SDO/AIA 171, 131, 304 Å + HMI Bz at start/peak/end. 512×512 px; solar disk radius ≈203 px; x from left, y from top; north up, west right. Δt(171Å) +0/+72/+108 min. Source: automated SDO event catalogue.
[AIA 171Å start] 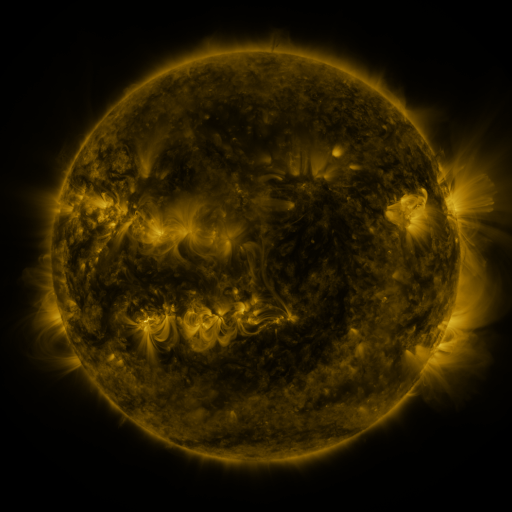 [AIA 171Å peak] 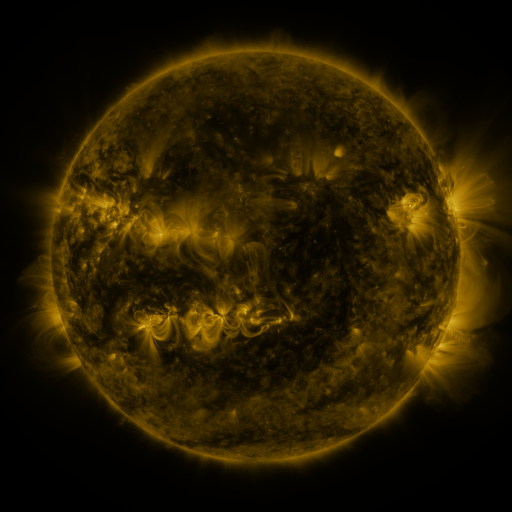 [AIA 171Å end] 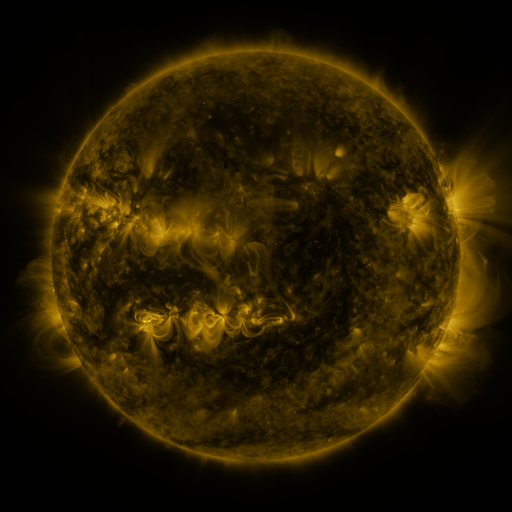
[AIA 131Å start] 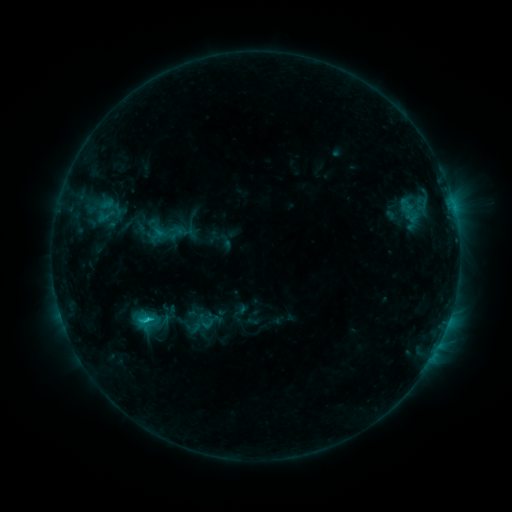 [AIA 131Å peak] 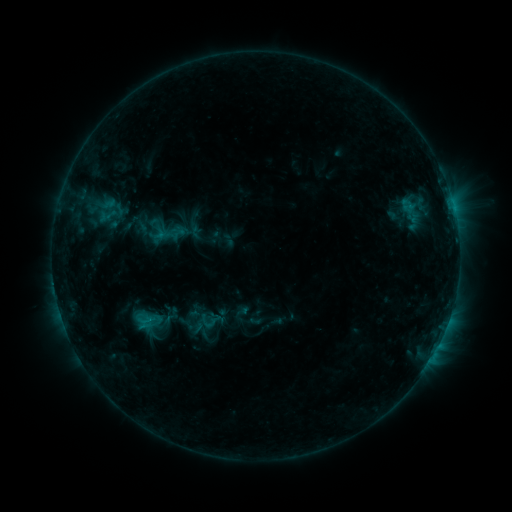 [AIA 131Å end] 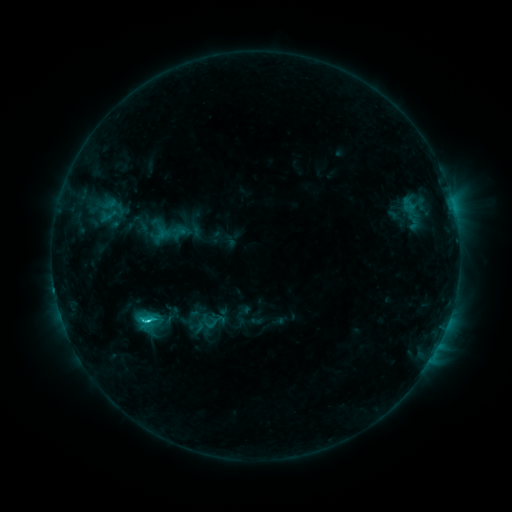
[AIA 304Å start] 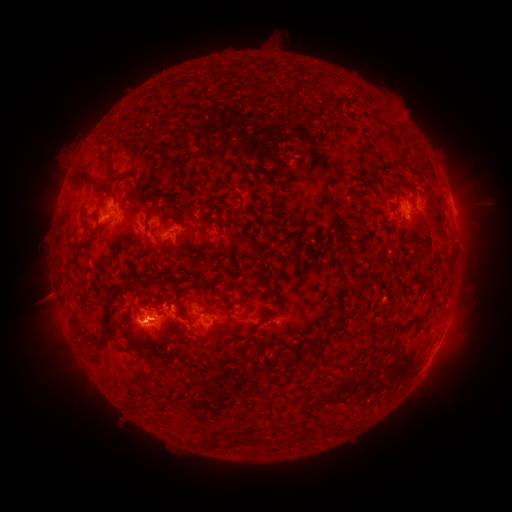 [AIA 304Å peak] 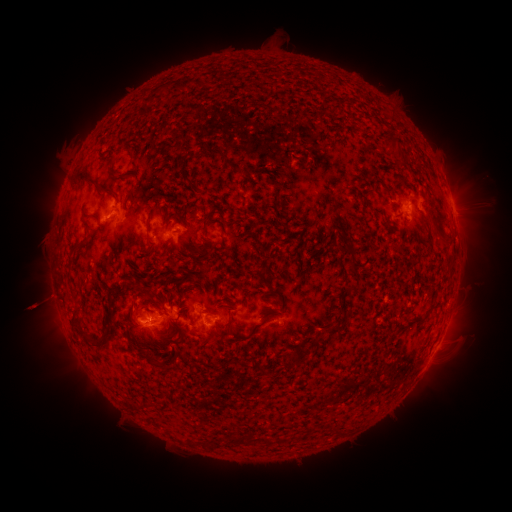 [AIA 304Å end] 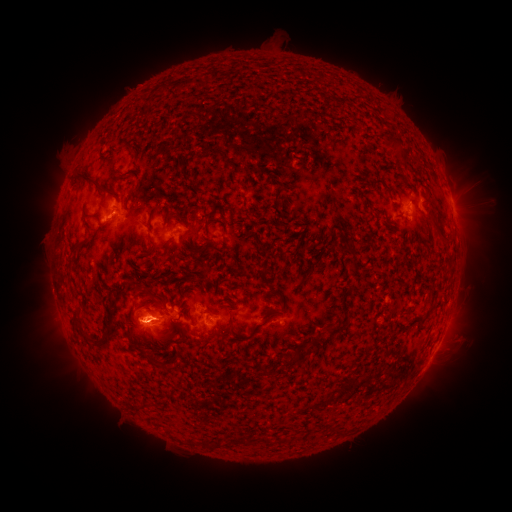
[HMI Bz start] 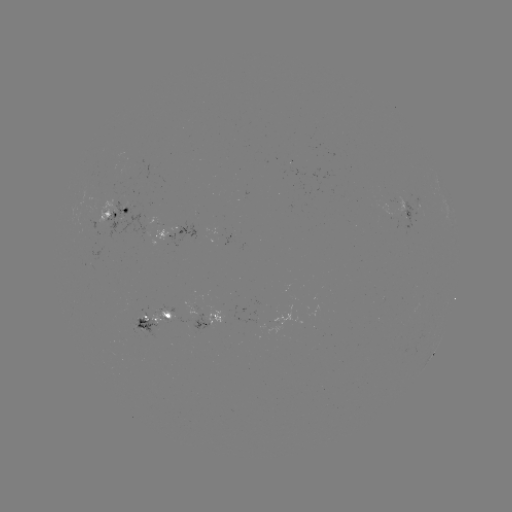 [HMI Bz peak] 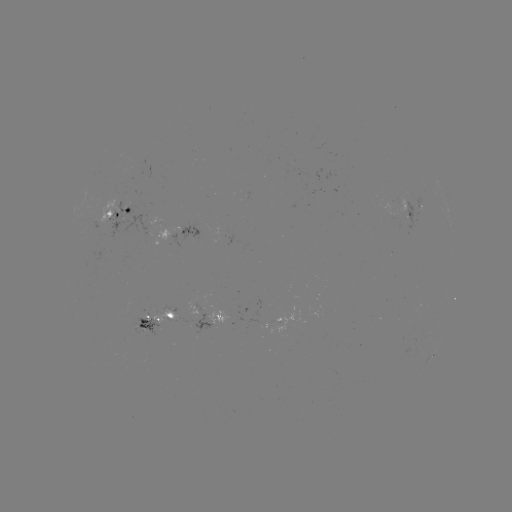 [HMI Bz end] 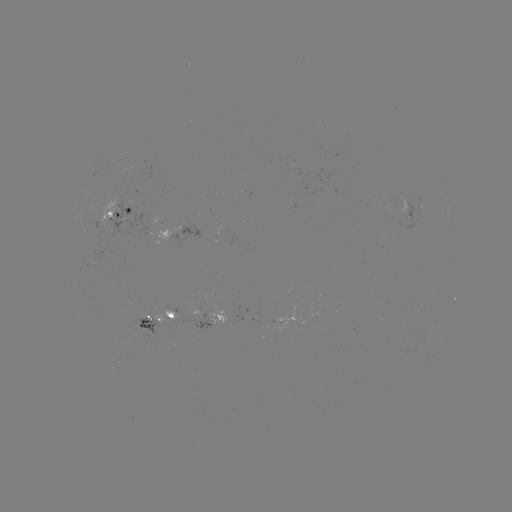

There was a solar emerging-flux region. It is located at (252, 318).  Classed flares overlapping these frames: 2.